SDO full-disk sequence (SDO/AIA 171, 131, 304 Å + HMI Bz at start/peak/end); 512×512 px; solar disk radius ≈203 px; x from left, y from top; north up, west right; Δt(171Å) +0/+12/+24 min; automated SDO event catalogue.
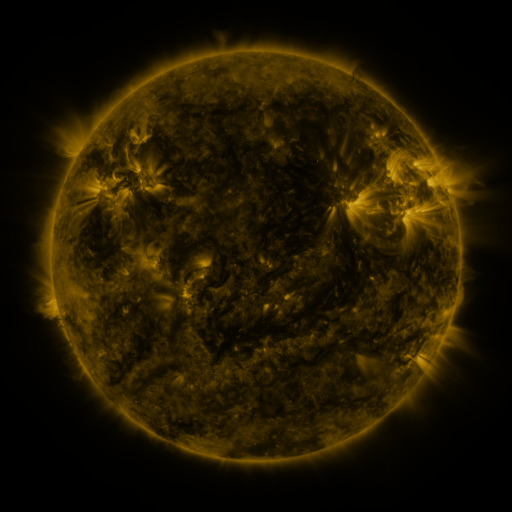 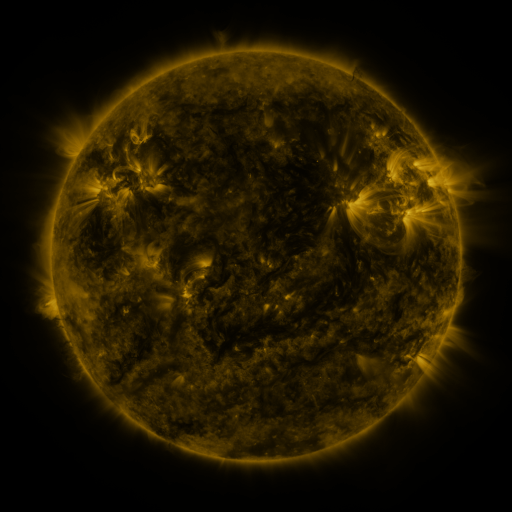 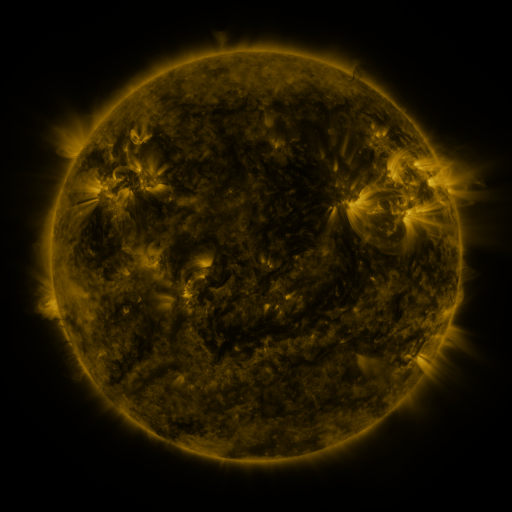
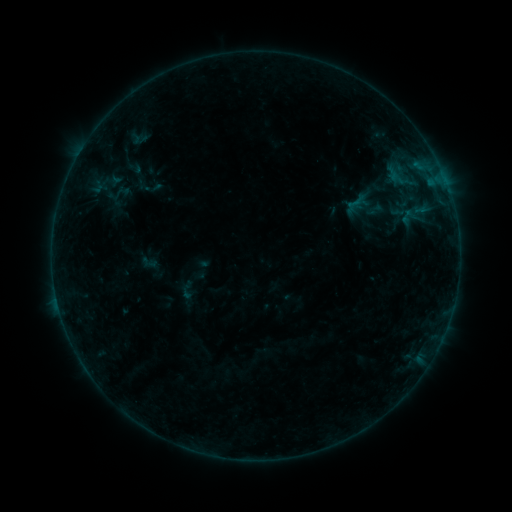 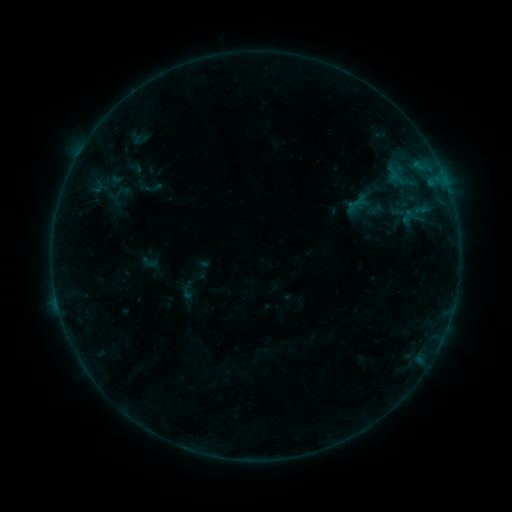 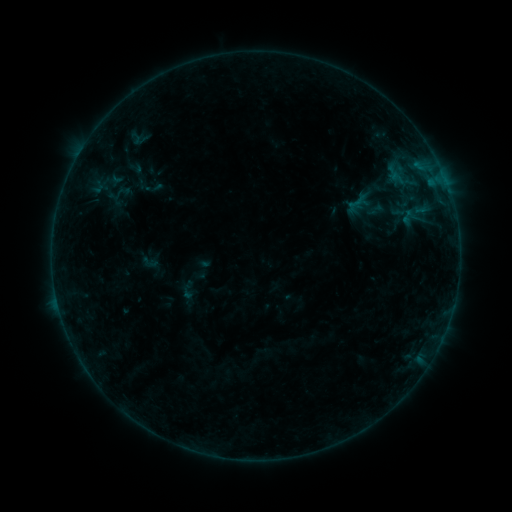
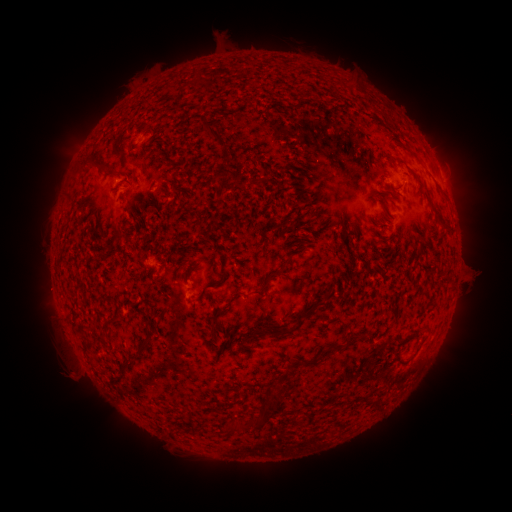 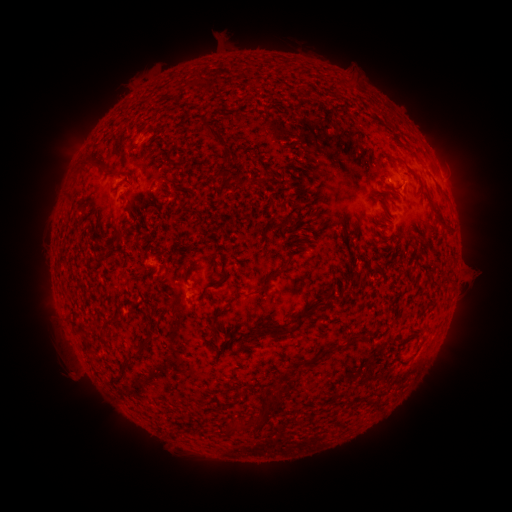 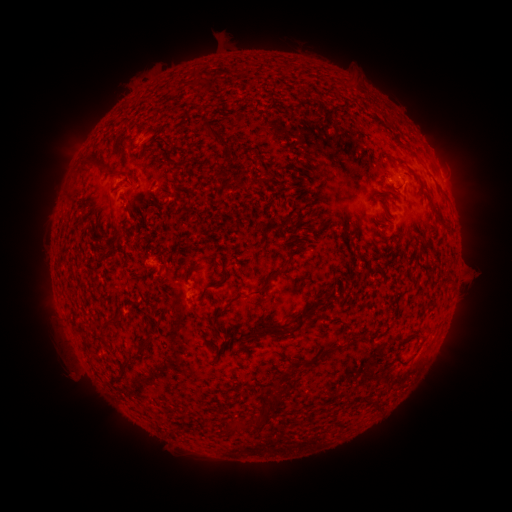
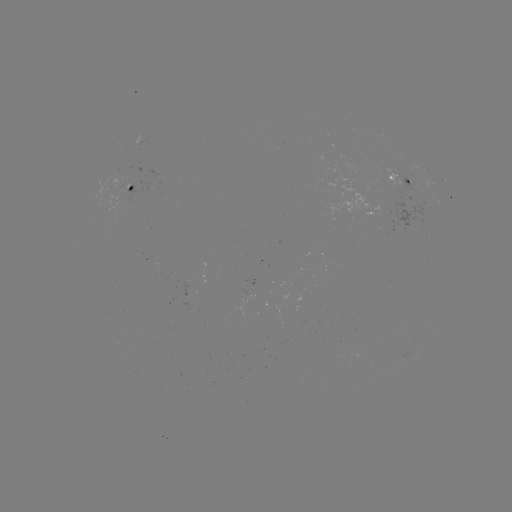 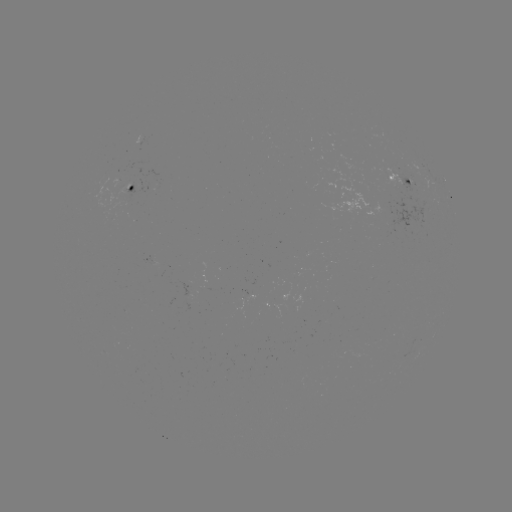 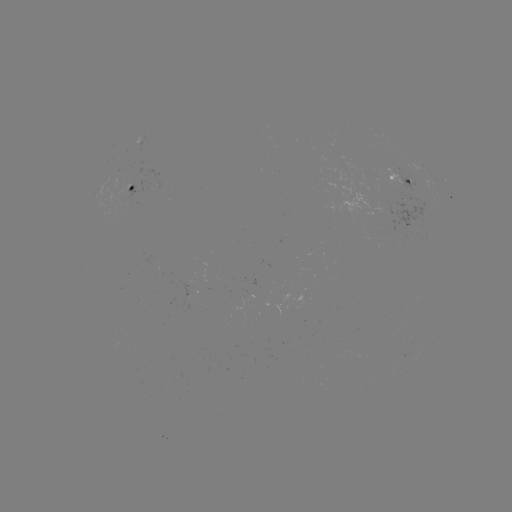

no flare in any classed list; no EUV-trigger detection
